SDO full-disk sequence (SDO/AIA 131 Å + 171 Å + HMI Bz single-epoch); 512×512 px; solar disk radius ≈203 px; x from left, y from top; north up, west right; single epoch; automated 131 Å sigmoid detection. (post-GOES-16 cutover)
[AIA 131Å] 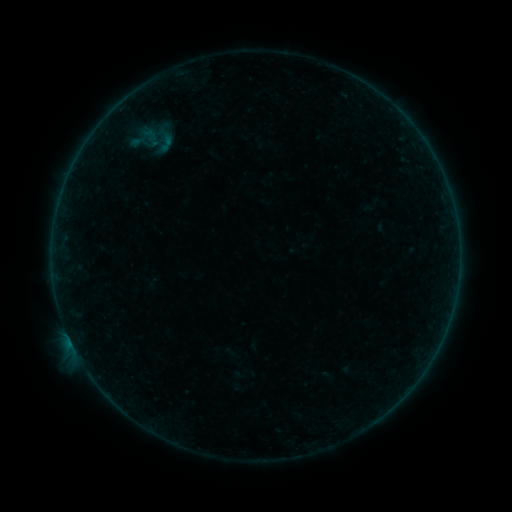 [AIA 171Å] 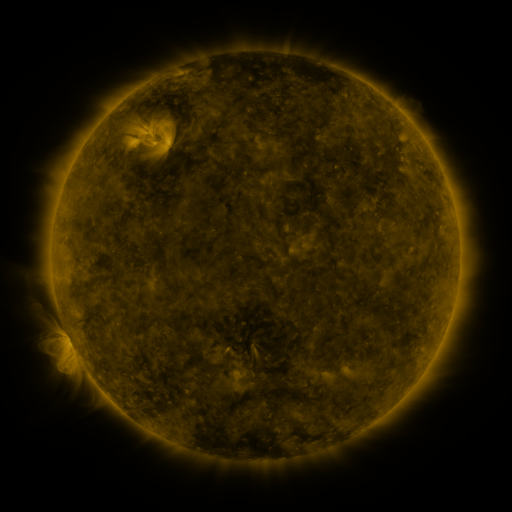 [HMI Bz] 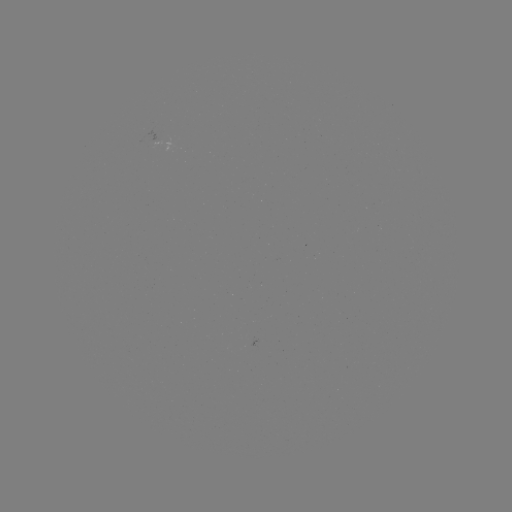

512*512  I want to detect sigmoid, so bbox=[155, 132, 176, 153].